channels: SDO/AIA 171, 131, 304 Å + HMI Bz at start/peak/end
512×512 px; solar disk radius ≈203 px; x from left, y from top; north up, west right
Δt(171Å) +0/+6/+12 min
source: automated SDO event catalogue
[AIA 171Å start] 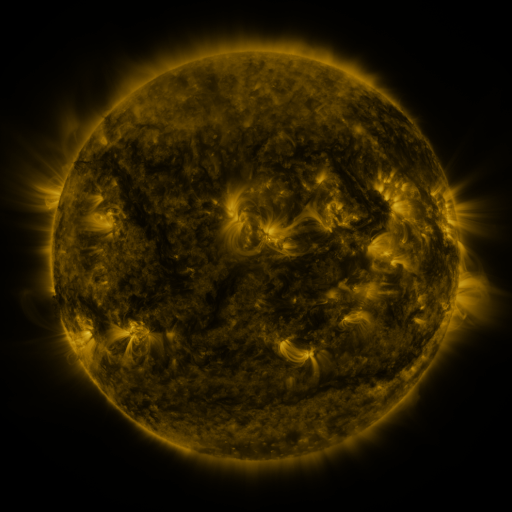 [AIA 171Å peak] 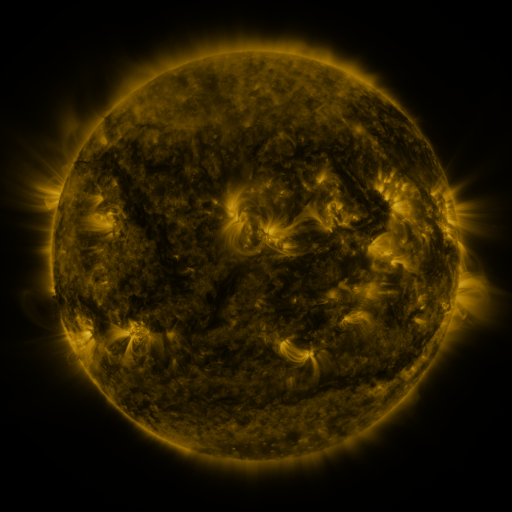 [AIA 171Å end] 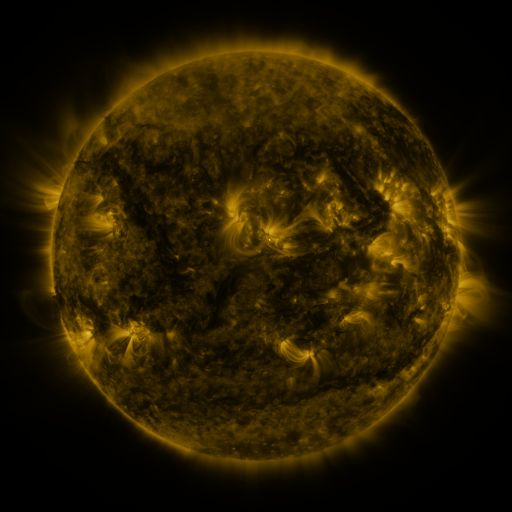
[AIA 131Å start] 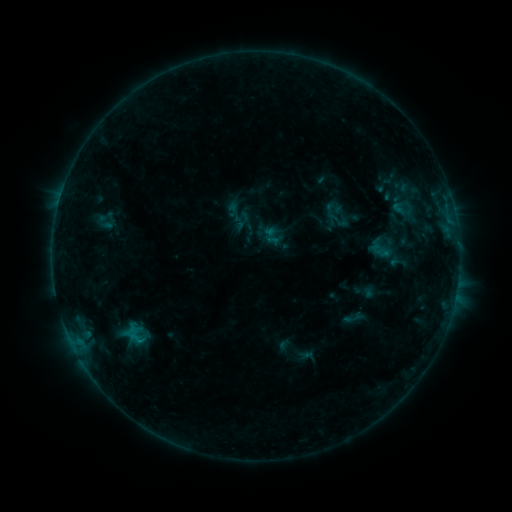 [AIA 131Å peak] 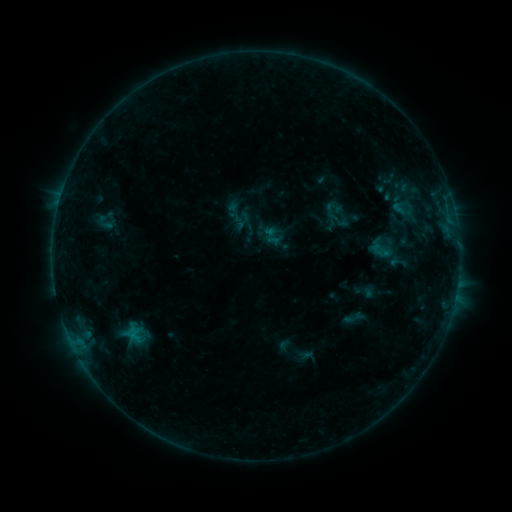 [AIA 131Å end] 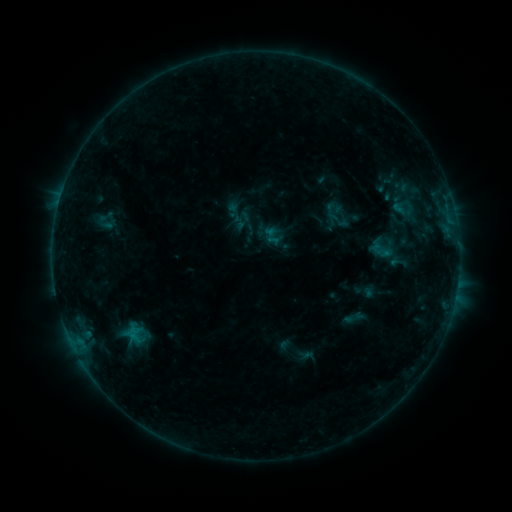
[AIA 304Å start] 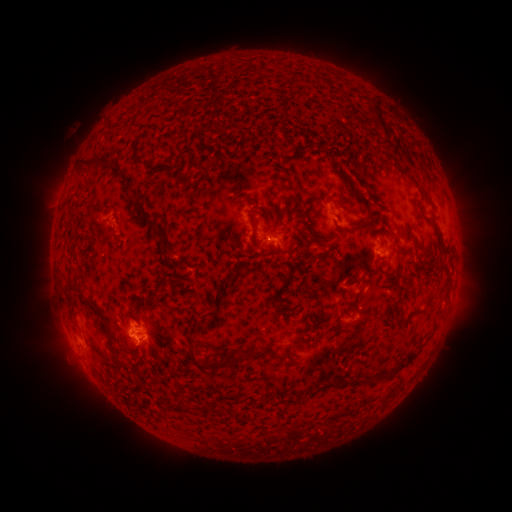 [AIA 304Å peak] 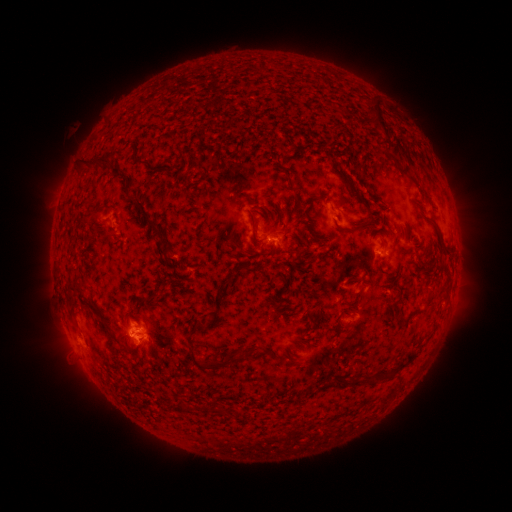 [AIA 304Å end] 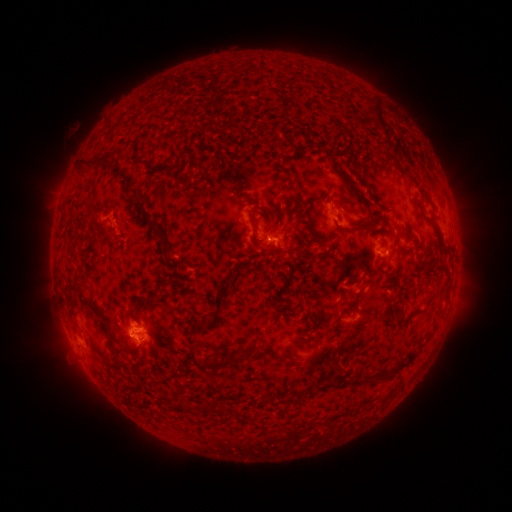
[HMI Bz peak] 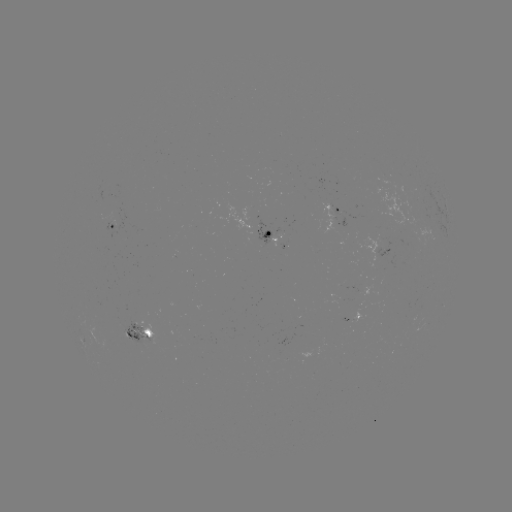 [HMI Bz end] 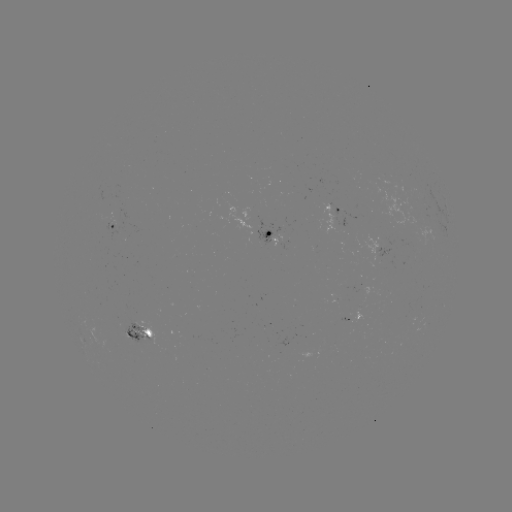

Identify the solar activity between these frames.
nothing was catalogued: no classed flare, no EUV trigger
